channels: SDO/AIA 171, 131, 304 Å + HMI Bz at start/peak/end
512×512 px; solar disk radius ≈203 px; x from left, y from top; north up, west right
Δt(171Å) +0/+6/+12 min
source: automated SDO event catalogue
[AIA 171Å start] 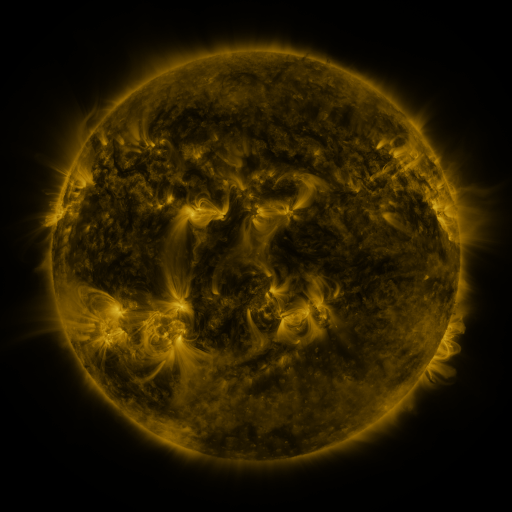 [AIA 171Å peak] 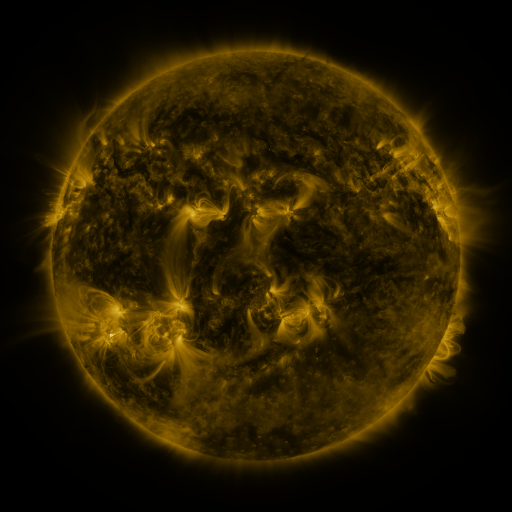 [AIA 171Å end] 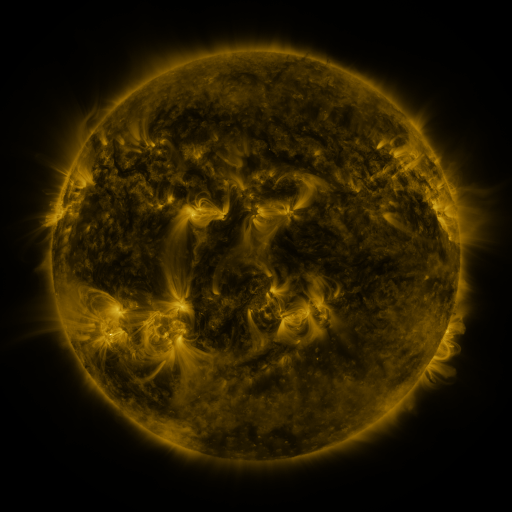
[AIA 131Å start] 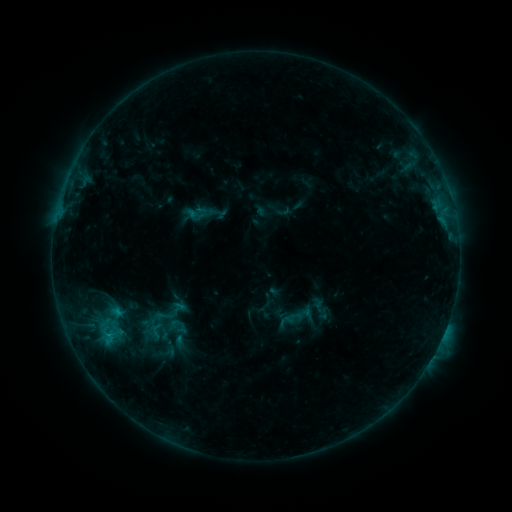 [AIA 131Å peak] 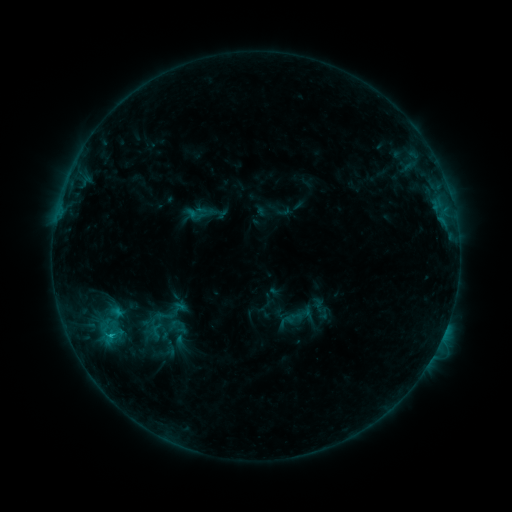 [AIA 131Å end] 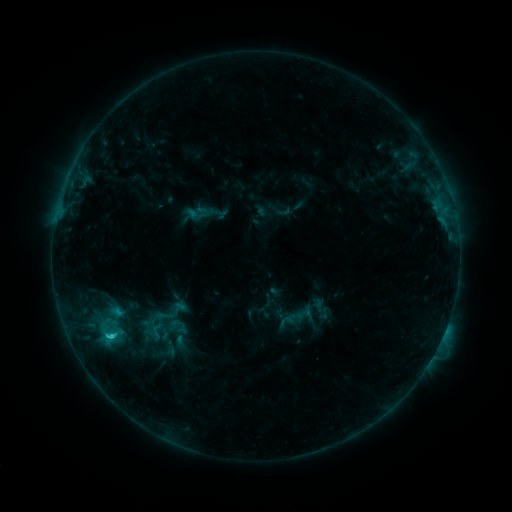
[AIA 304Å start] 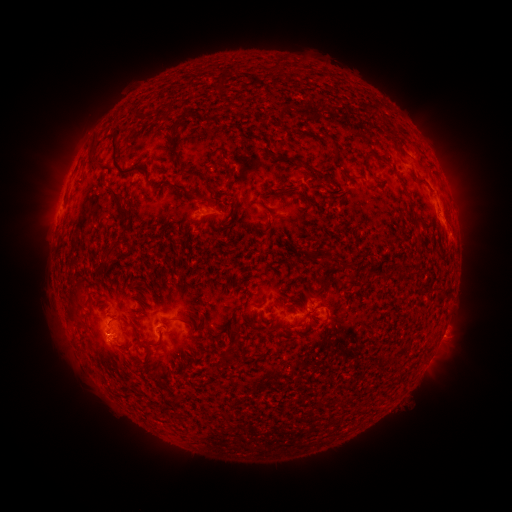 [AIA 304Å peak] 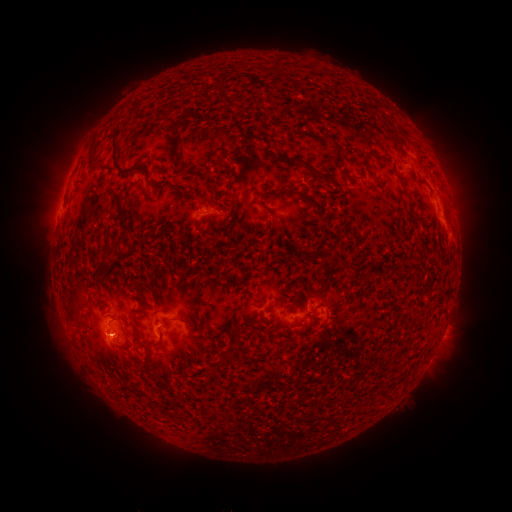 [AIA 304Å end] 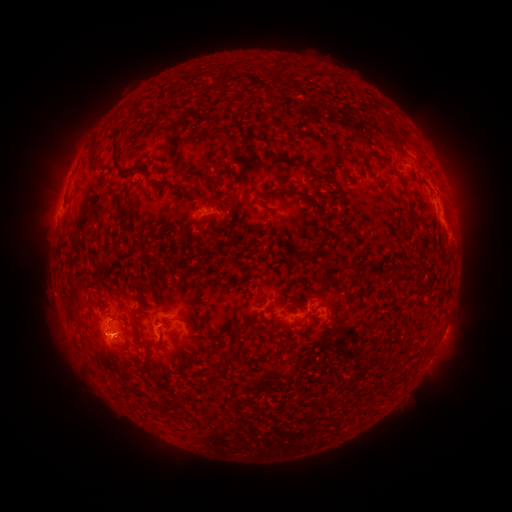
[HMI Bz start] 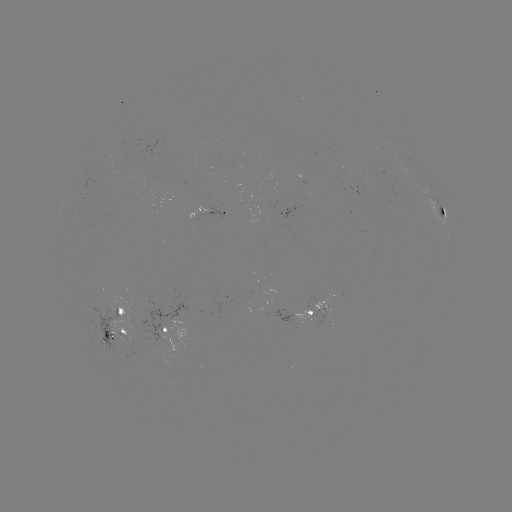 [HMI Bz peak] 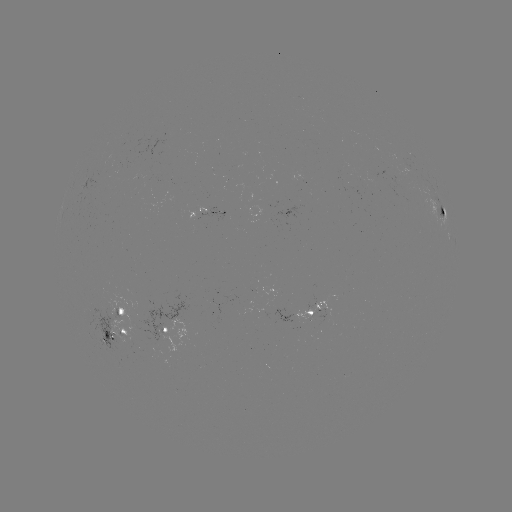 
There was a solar flare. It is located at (111, 333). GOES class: C1.6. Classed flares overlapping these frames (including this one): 1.